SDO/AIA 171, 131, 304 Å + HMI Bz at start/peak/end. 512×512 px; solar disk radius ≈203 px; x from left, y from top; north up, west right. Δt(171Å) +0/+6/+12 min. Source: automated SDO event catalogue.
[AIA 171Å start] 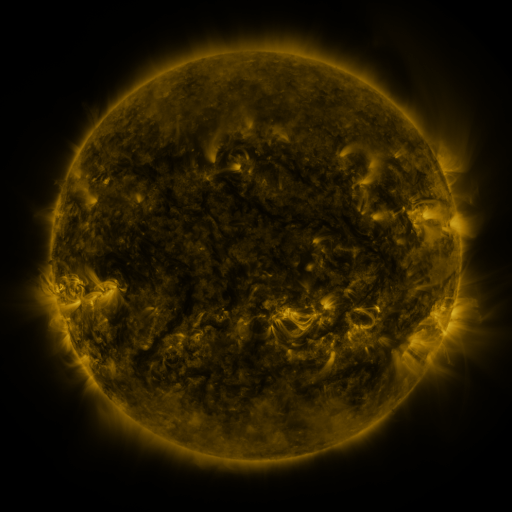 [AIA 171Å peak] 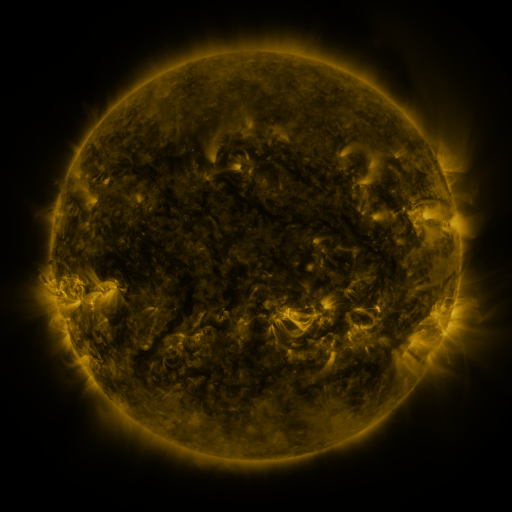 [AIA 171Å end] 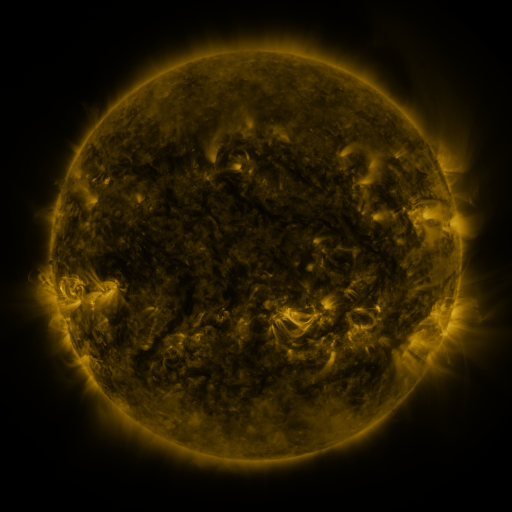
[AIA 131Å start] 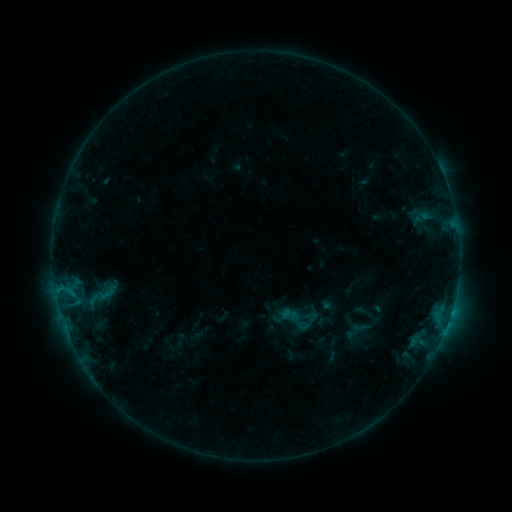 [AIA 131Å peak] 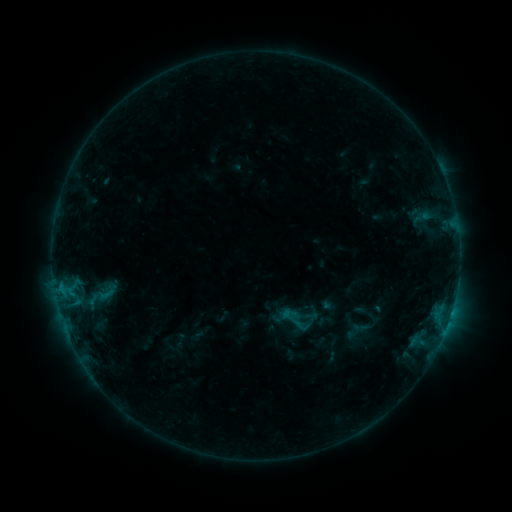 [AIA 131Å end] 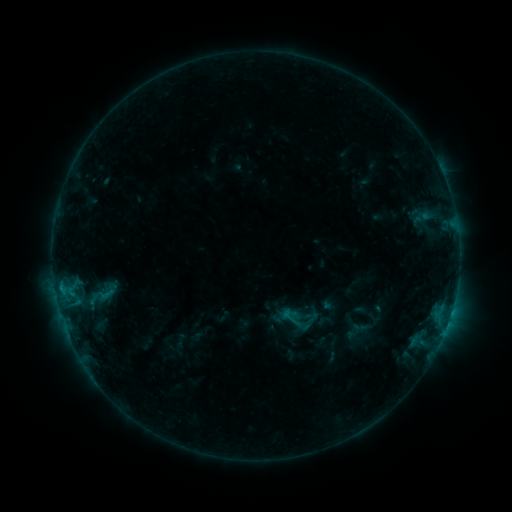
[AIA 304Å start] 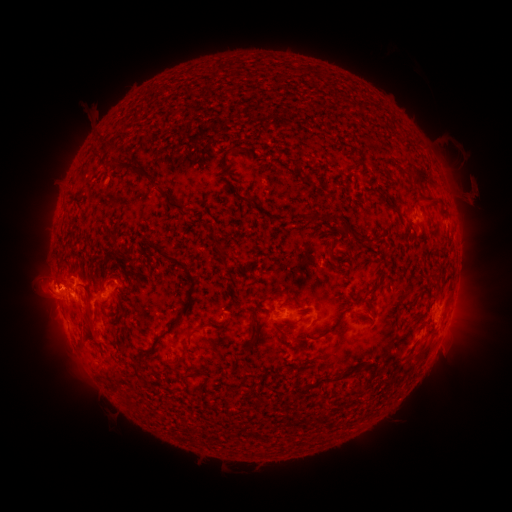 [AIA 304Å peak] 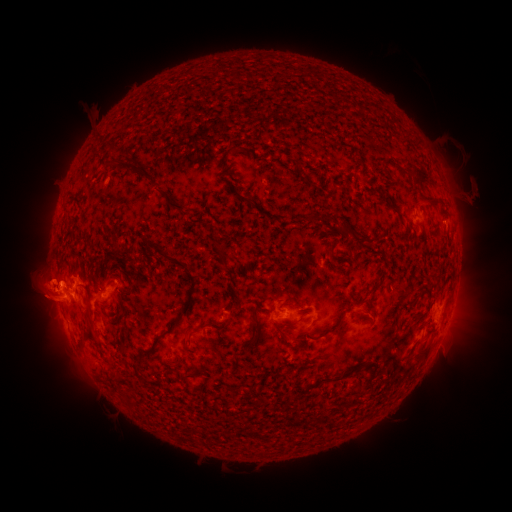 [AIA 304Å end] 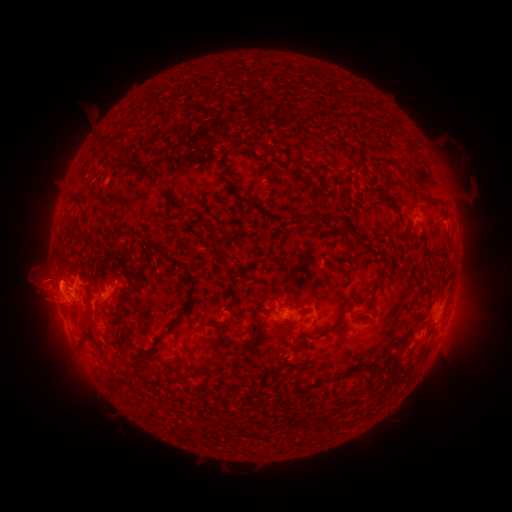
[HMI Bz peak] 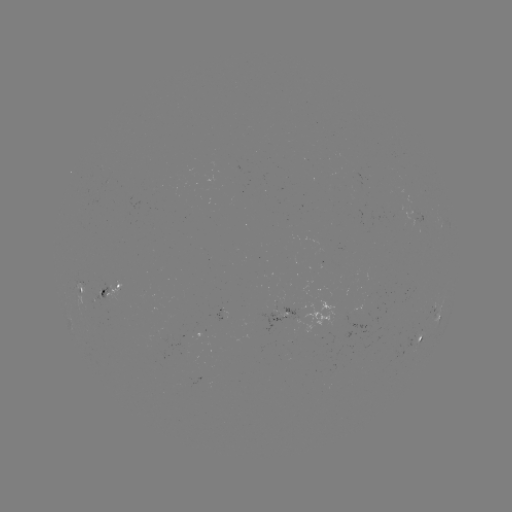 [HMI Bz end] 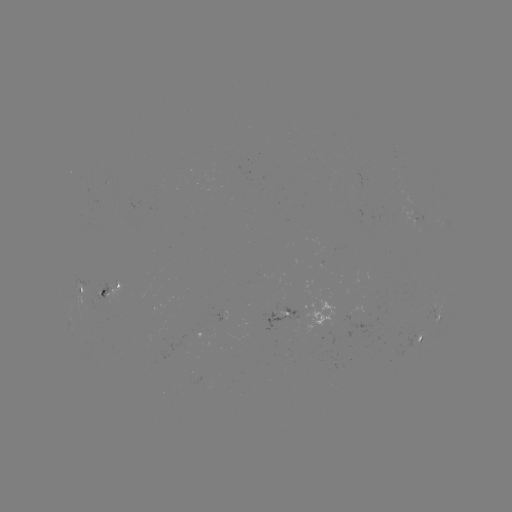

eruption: (37, 346, 72, 373)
